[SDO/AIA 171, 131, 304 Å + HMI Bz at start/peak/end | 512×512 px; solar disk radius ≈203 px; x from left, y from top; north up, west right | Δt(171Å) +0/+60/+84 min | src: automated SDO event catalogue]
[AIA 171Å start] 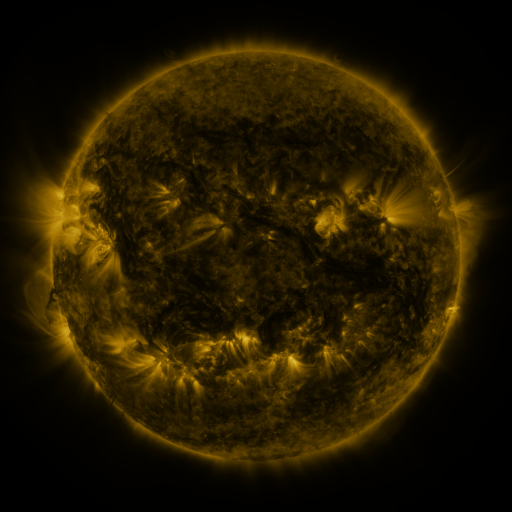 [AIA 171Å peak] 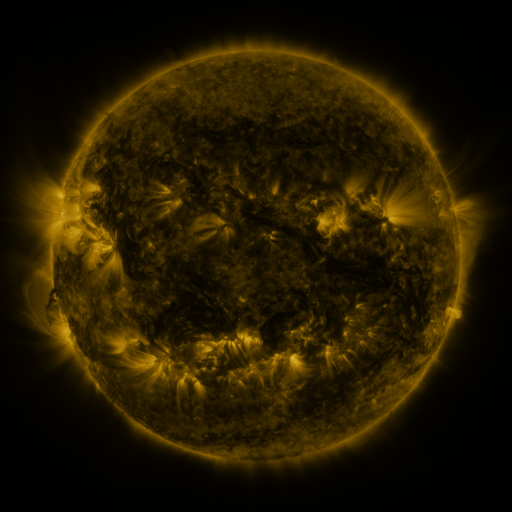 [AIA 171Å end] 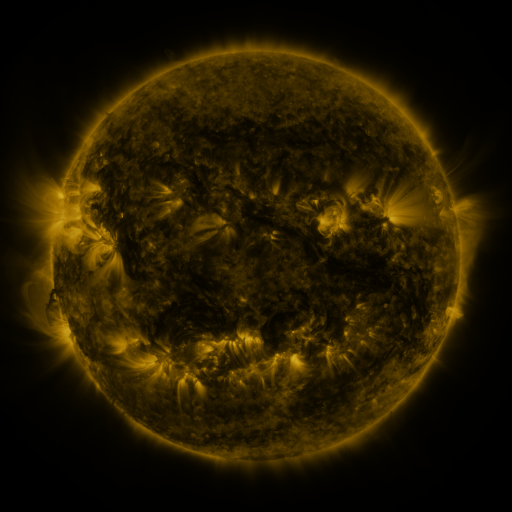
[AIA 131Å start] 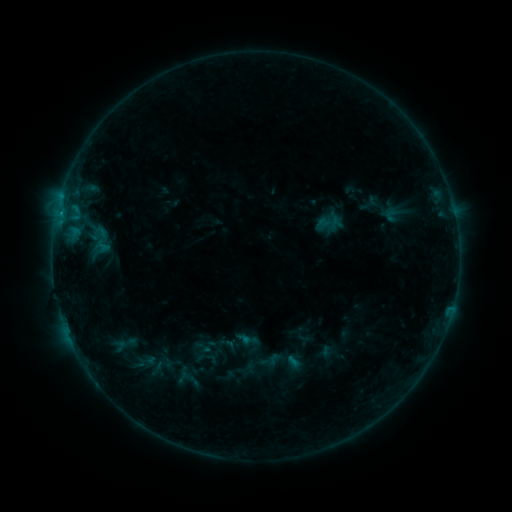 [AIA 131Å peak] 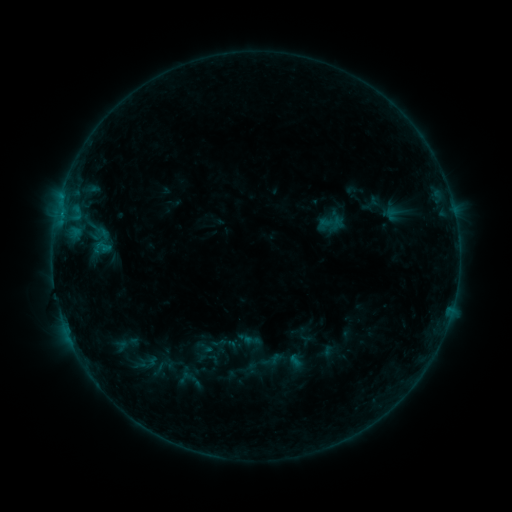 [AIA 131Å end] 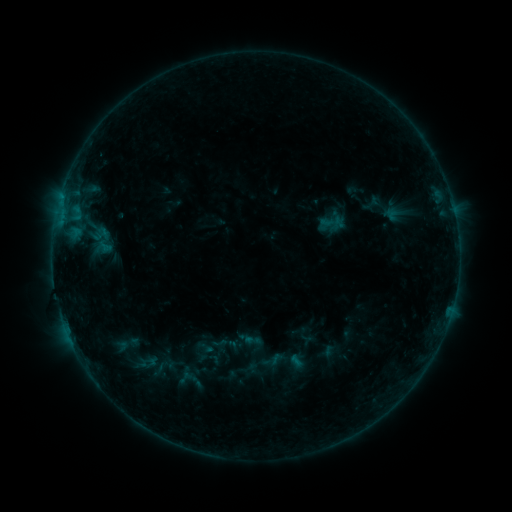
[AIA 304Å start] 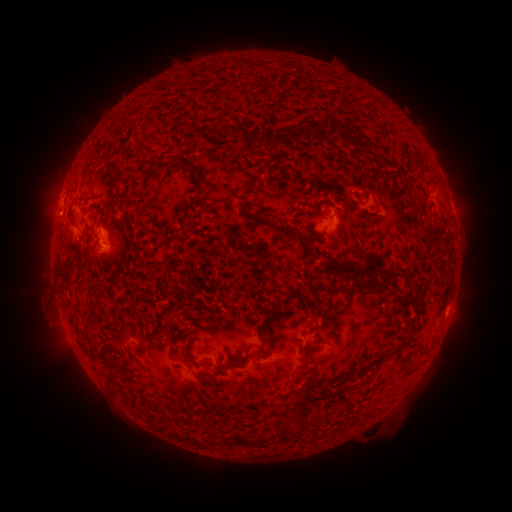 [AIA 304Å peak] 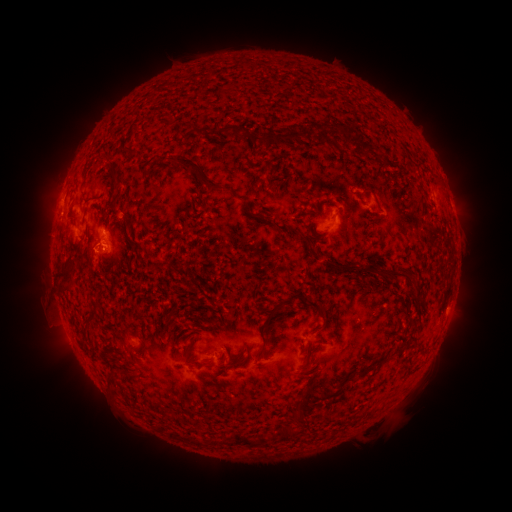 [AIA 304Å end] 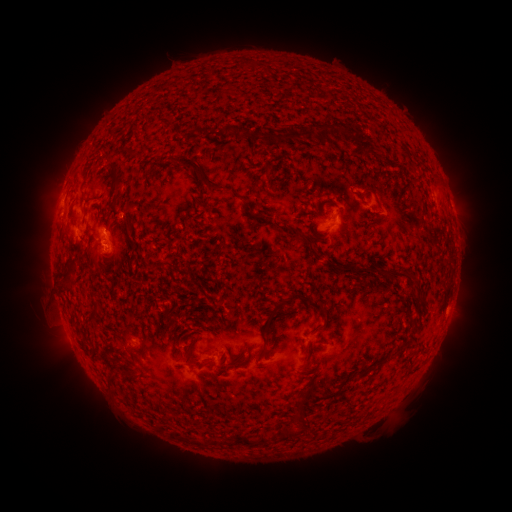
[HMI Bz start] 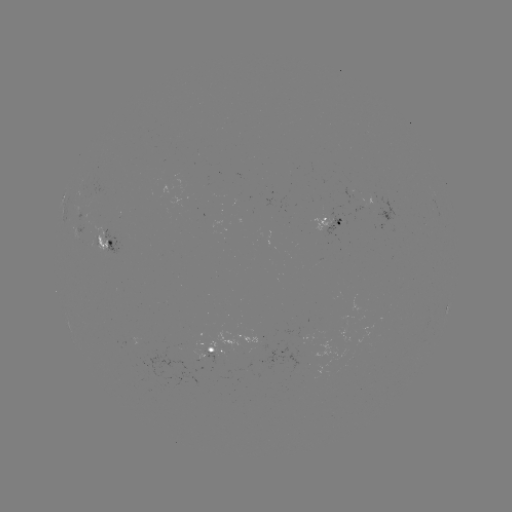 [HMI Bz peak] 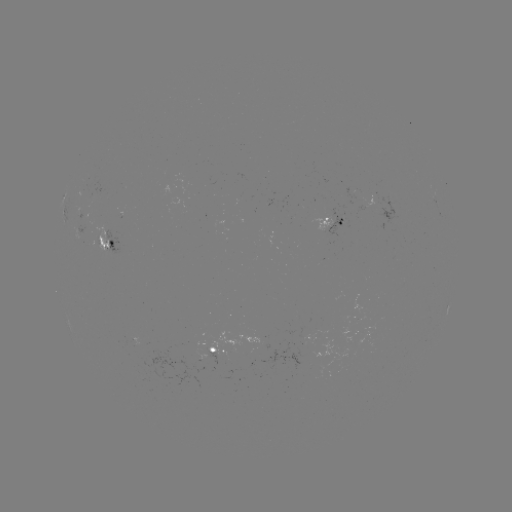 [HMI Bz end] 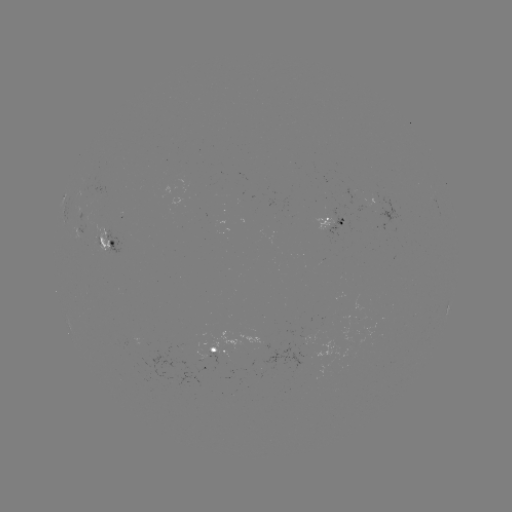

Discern emerging-flux region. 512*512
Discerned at (340, 220).